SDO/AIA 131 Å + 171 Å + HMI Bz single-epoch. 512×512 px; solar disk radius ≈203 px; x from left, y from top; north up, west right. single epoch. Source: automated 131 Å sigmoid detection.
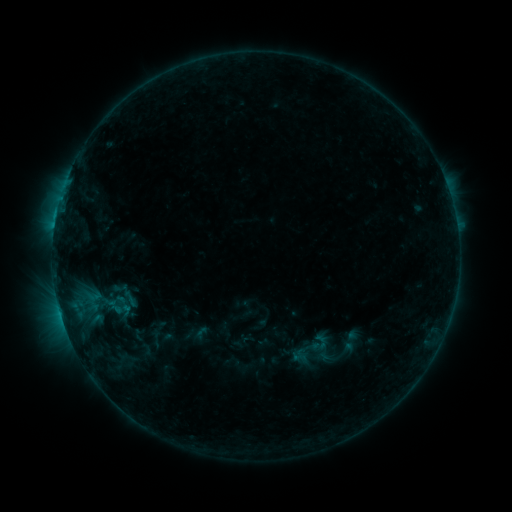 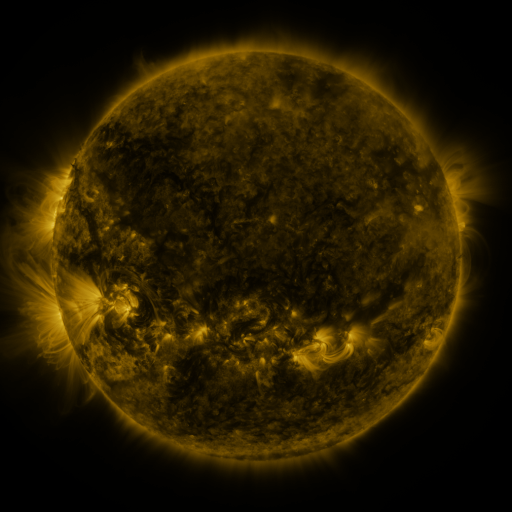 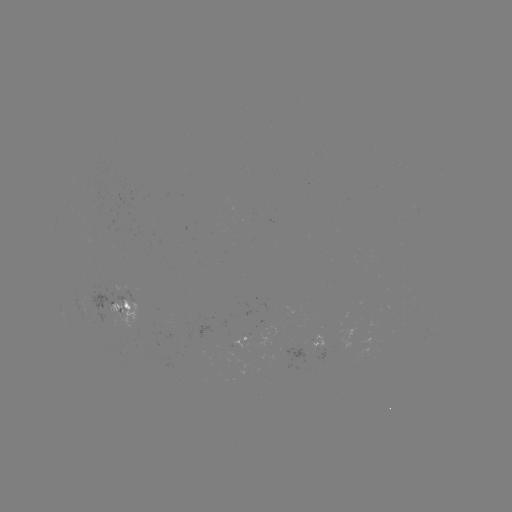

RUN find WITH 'sigmoid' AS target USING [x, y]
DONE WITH [321, 341] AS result